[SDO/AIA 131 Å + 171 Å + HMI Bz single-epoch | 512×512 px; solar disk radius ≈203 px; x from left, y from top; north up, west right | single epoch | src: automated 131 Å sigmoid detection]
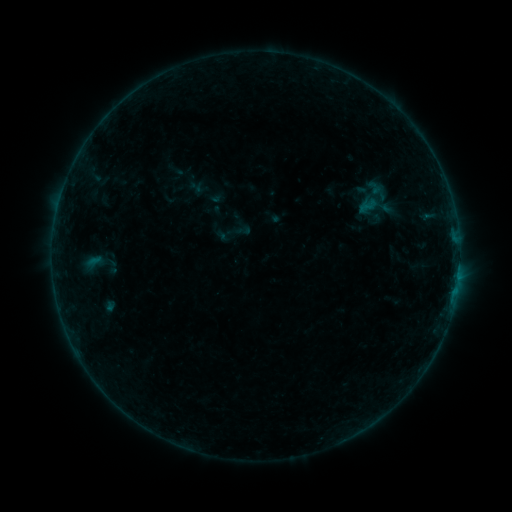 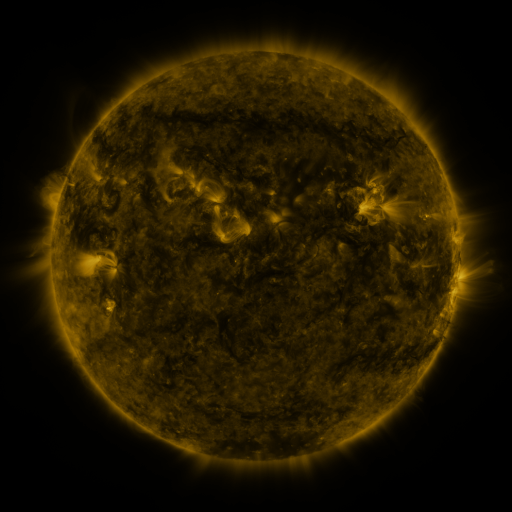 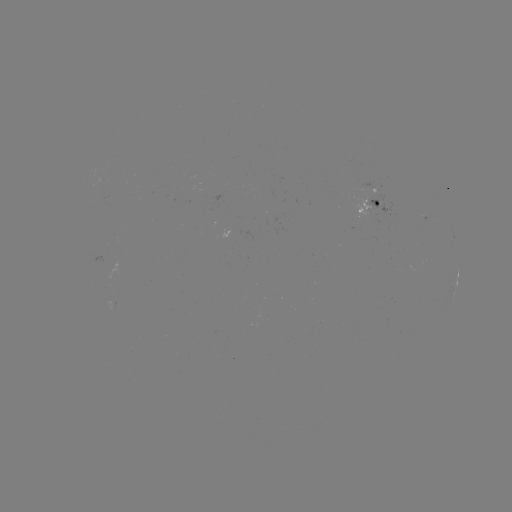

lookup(sigmoid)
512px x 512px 376,197